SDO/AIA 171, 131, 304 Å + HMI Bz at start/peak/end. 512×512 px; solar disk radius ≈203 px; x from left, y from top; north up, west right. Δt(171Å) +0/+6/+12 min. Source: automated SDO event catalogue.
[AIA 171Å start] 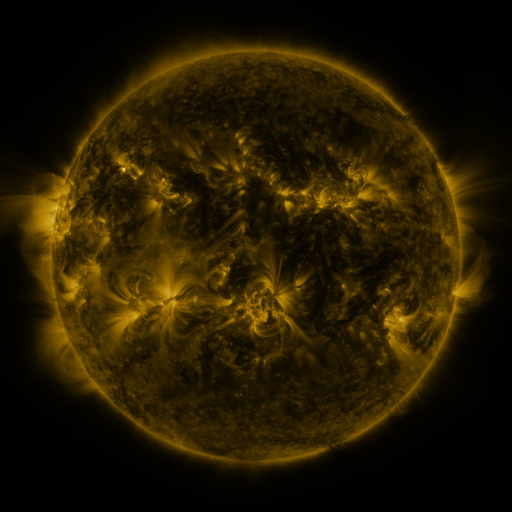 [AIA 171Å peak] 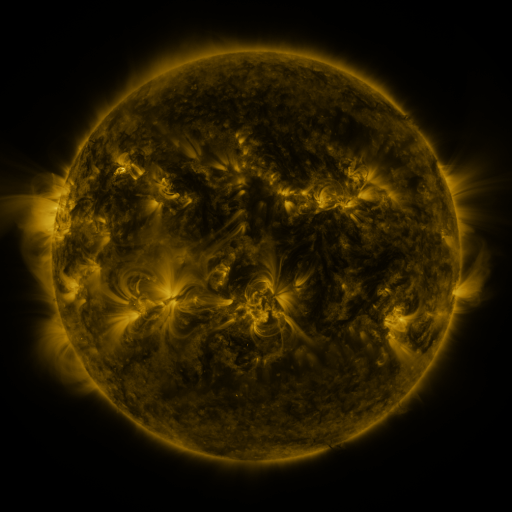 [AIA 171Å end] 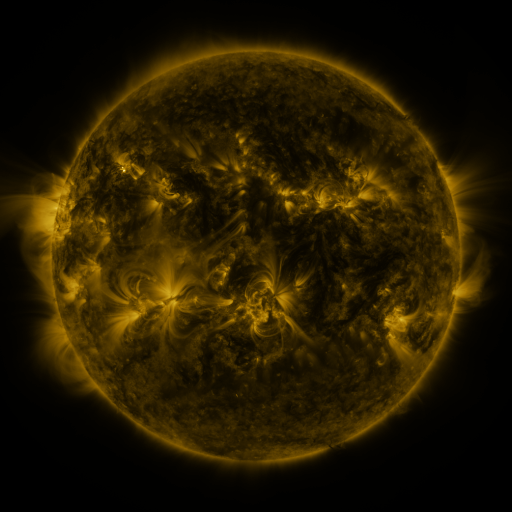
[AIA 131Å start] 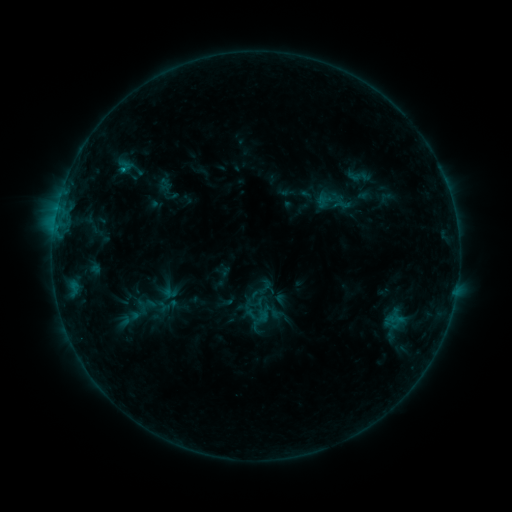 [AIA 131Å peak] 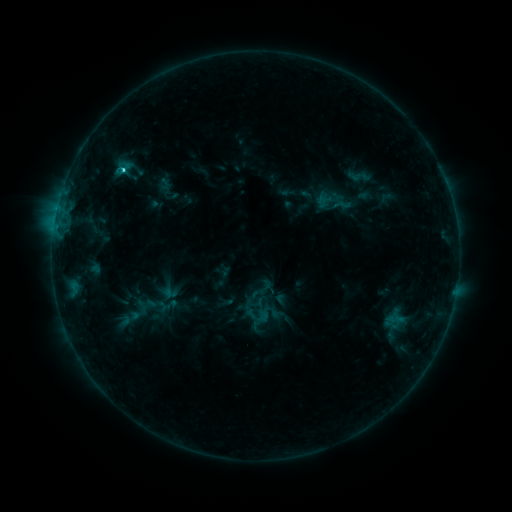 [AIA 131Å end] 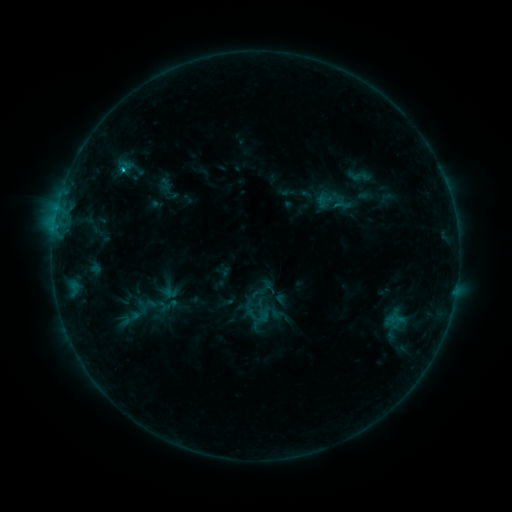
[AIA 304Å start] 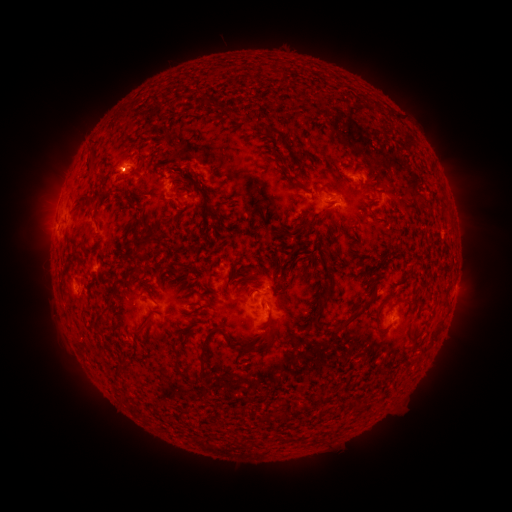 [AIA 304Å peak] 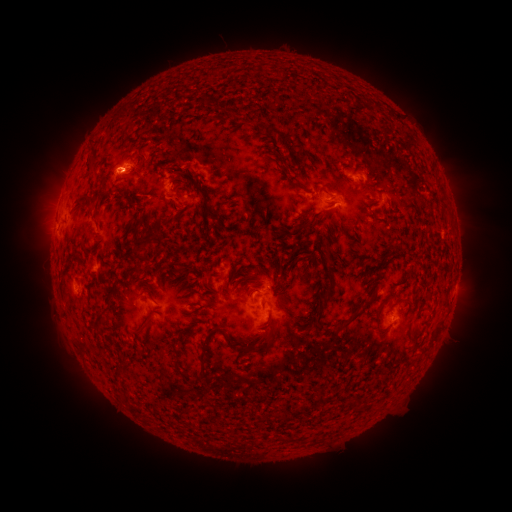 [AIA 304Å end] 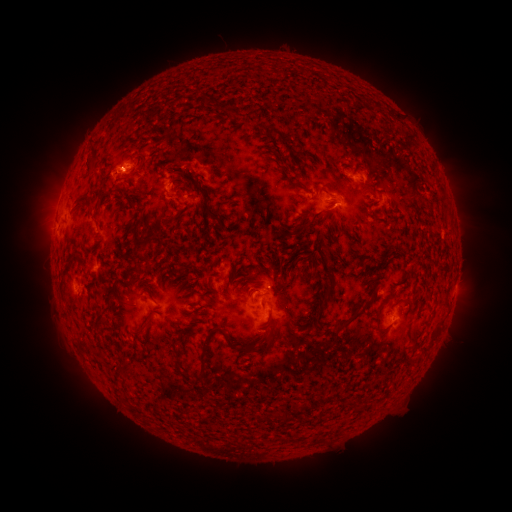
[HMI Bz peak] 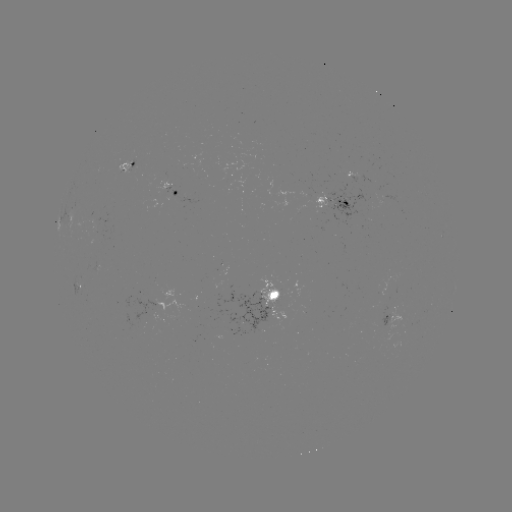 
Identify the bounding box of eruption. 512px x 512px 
[89, 144, 141, 200].